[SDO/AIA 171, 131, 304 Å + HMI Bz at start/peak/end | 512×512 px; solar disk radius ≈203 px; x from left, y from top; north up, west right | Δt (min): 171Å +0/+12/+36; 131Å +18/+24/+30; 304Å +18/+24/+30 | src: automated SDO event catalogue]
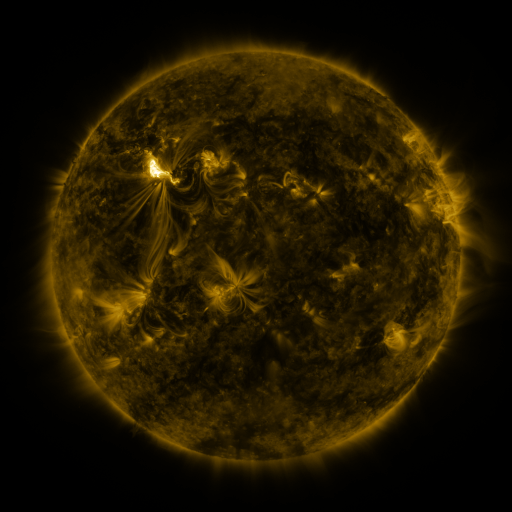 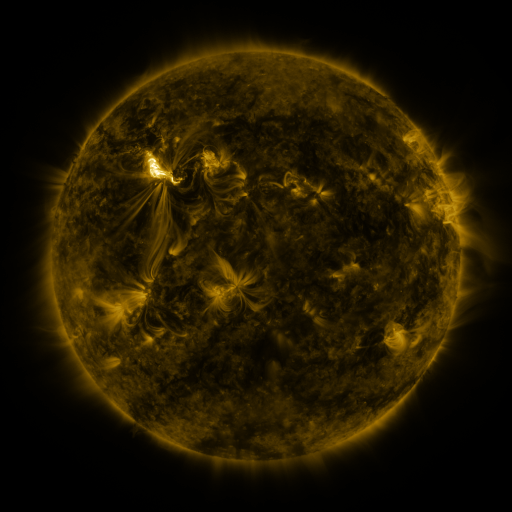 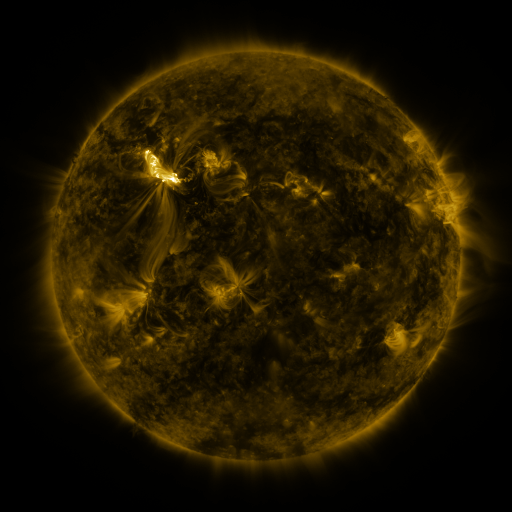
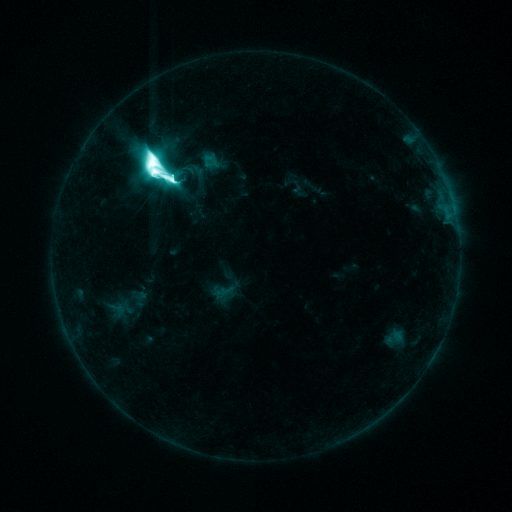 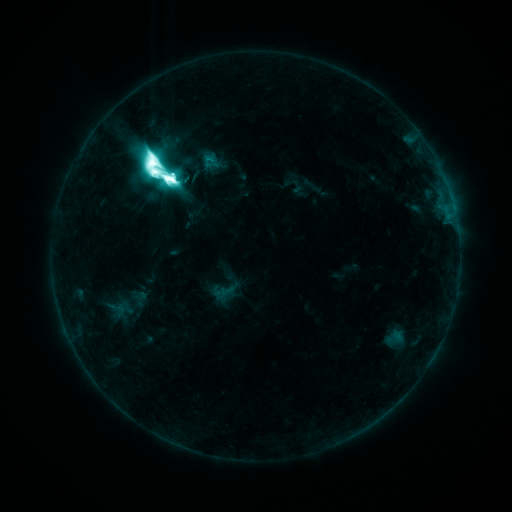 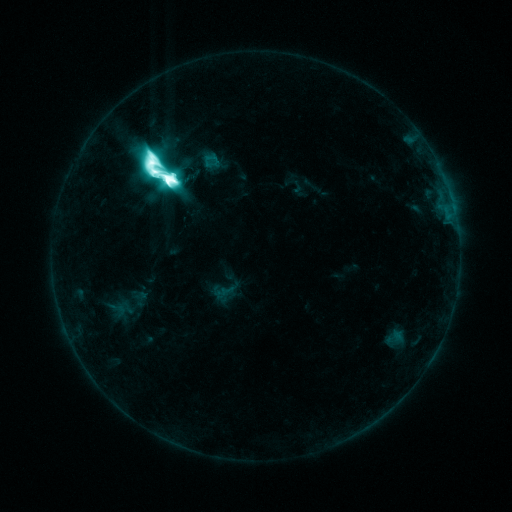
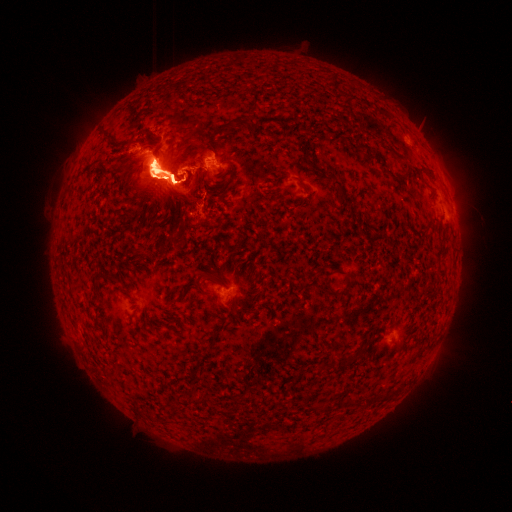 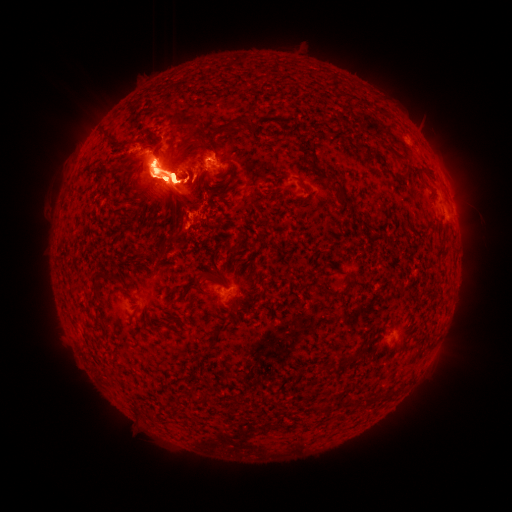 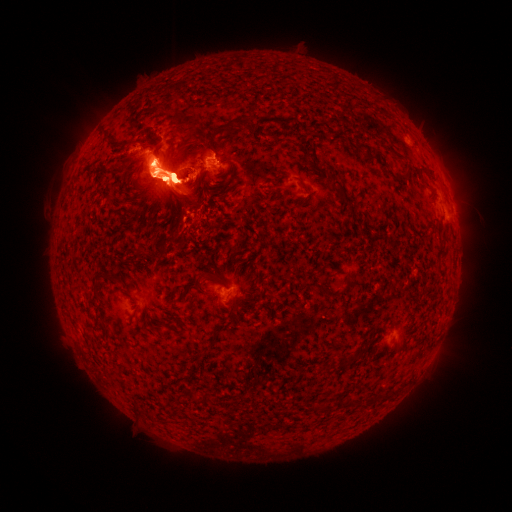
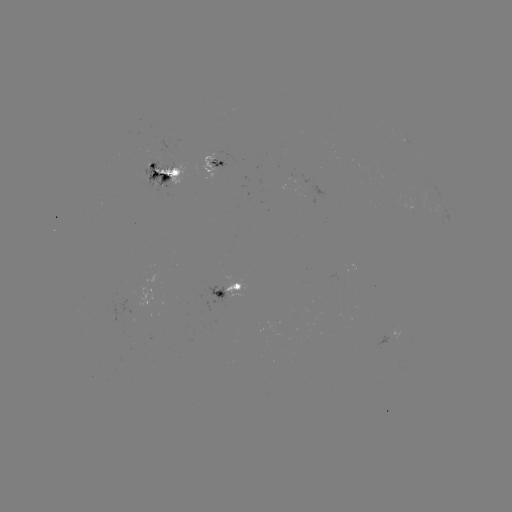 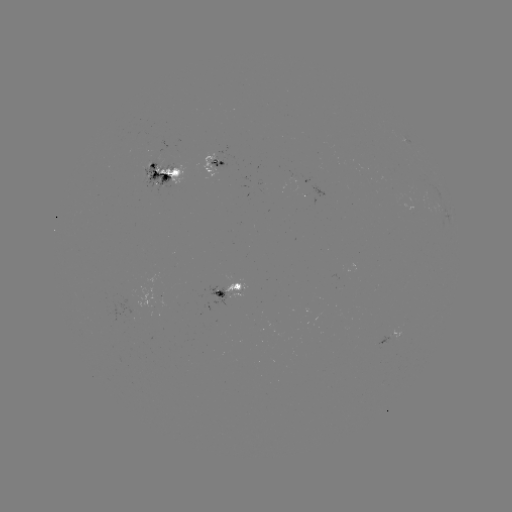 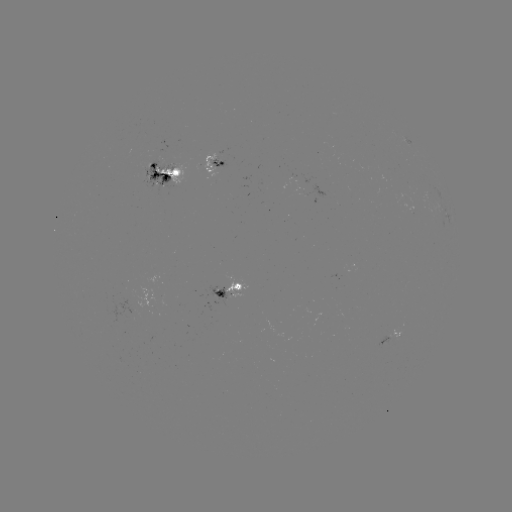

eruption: <bbox>399, 103, 487, 243</bbox>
